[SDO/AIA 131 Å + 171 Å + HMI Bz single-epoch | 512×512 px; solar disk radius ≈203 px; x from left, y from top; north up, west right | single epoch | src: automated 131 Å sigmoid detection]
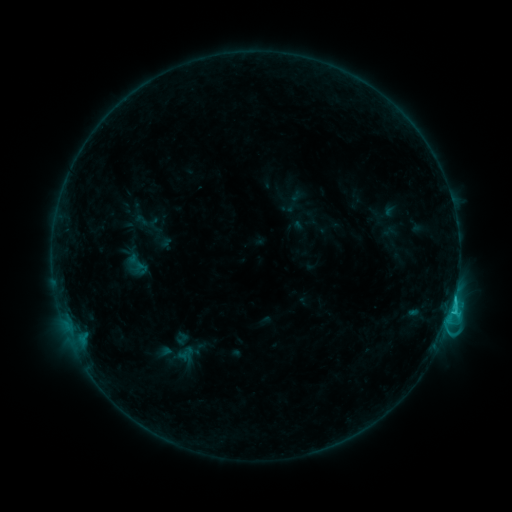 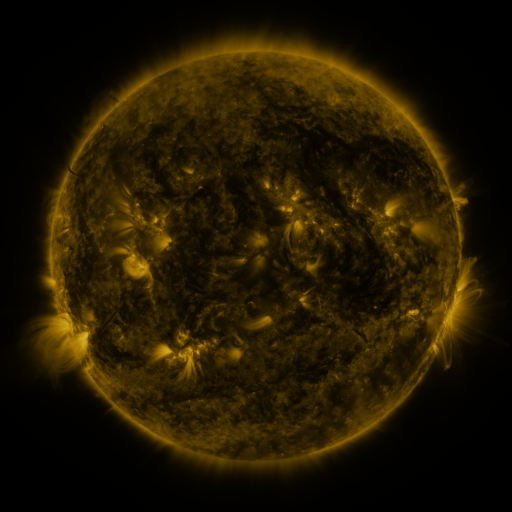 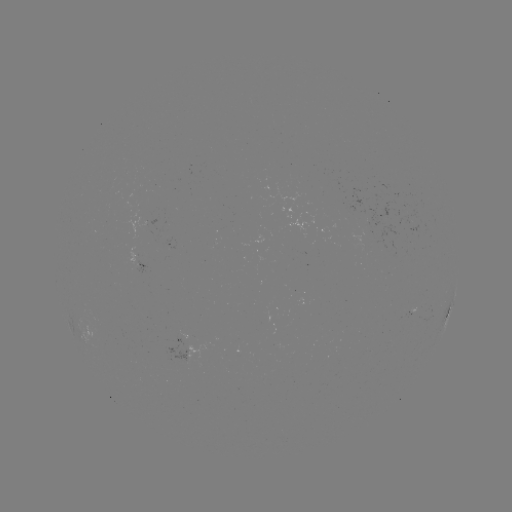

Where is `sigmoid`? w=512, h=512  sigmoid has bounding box [122, 248, 151, 282].